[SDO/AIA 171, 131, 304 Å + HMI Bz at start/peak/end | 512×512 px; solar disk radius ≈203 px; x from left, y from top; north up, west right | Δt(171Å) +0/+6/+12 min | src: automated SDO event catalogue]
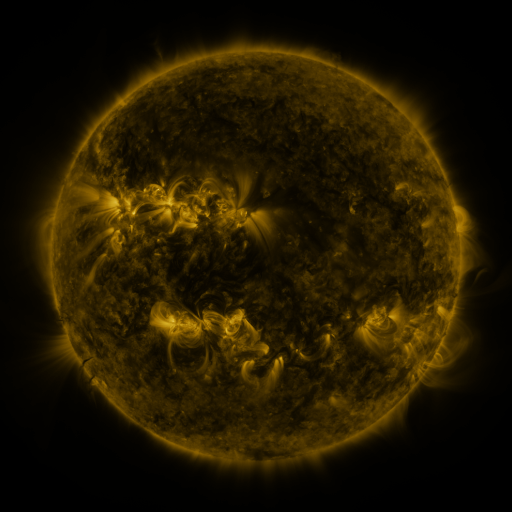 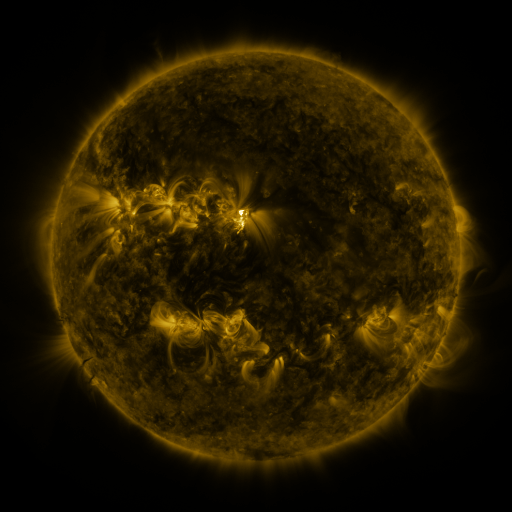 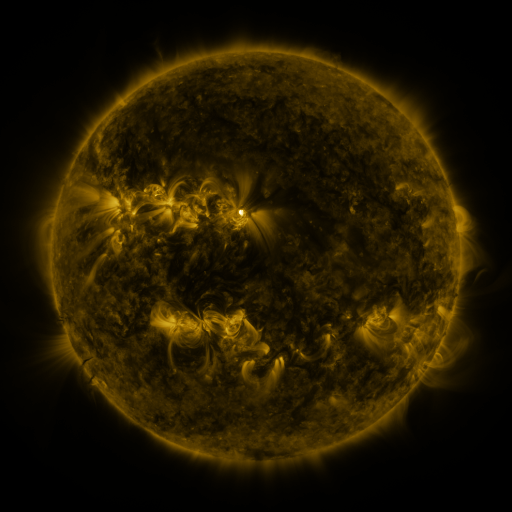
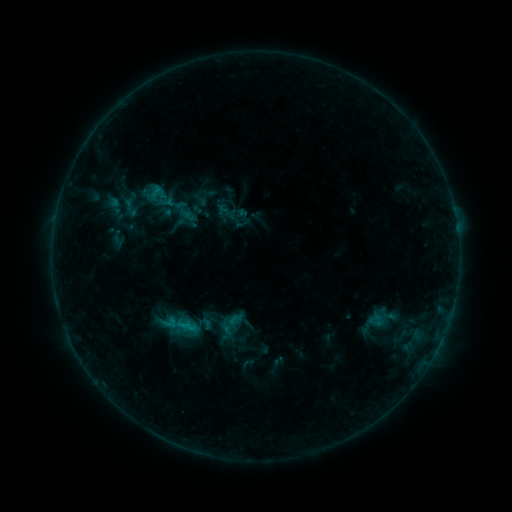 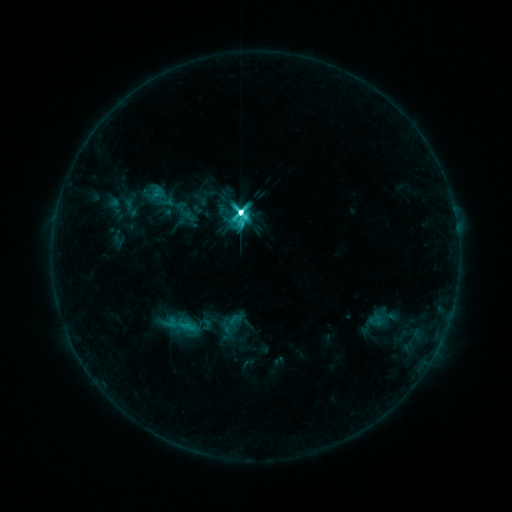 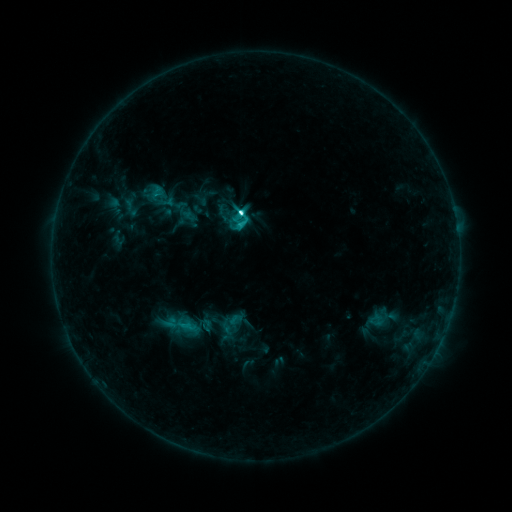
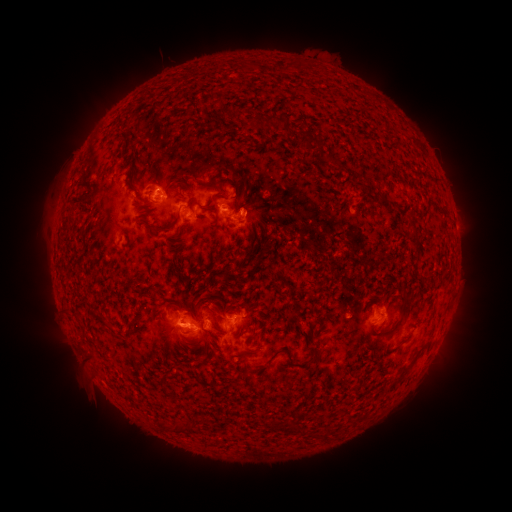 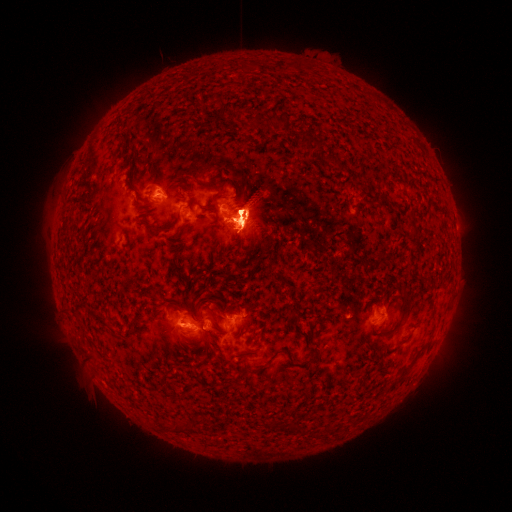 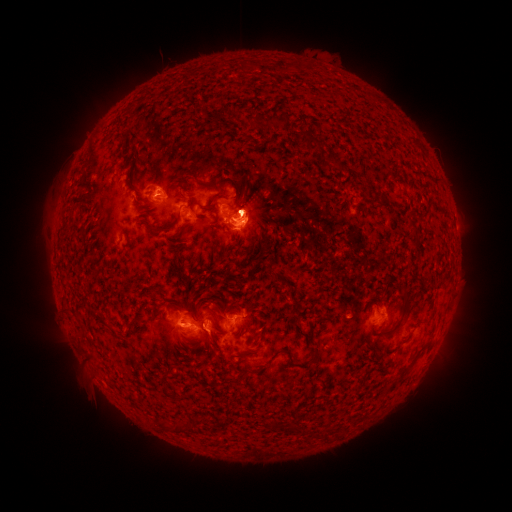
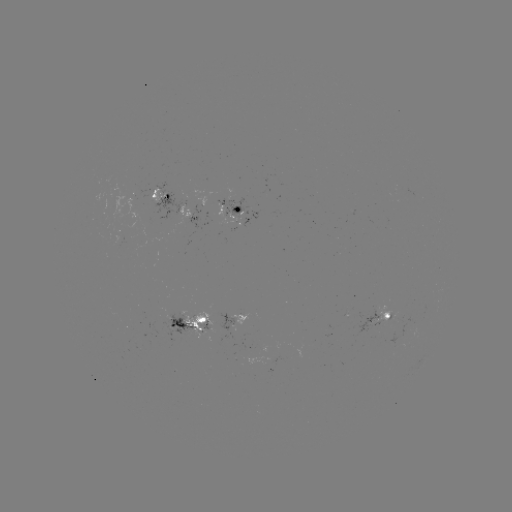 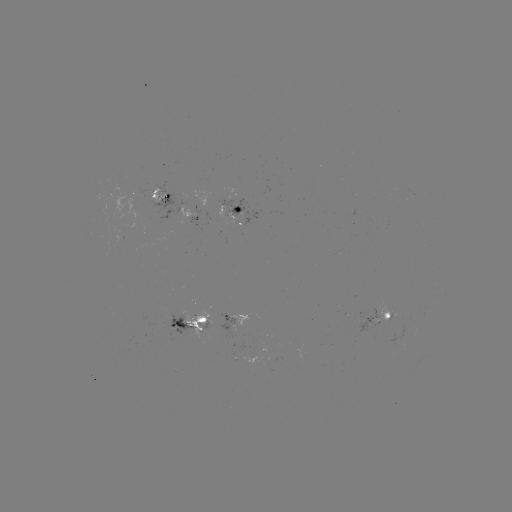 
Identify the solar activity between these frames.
eruption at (165, 173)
